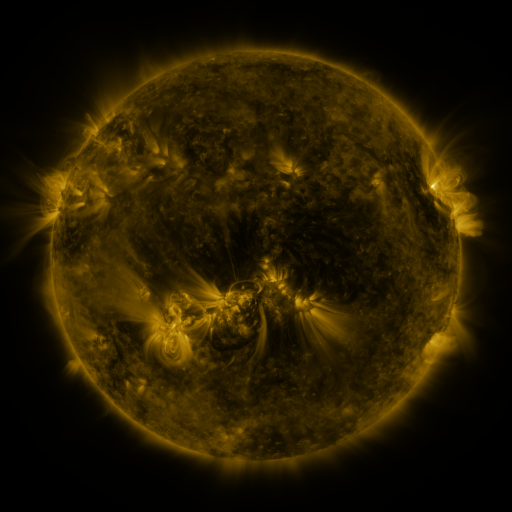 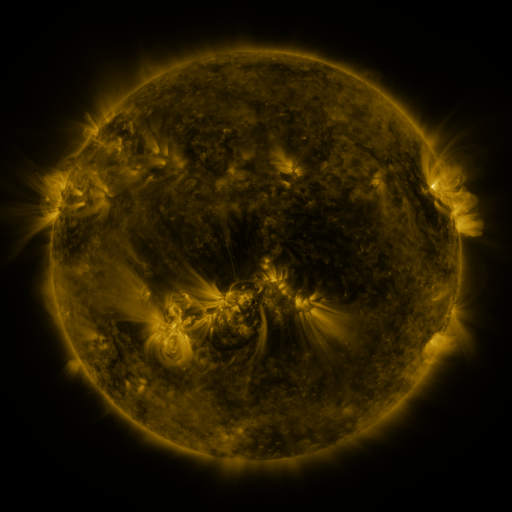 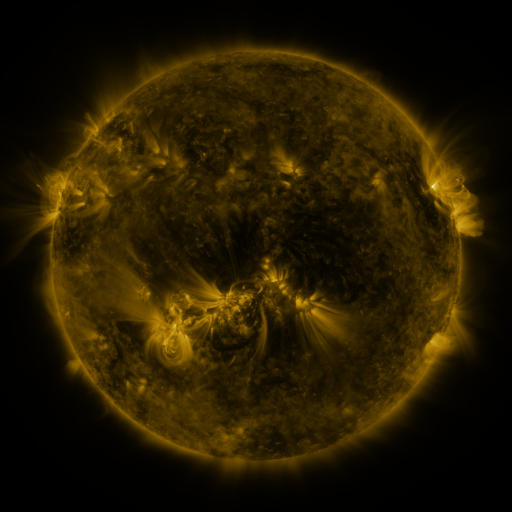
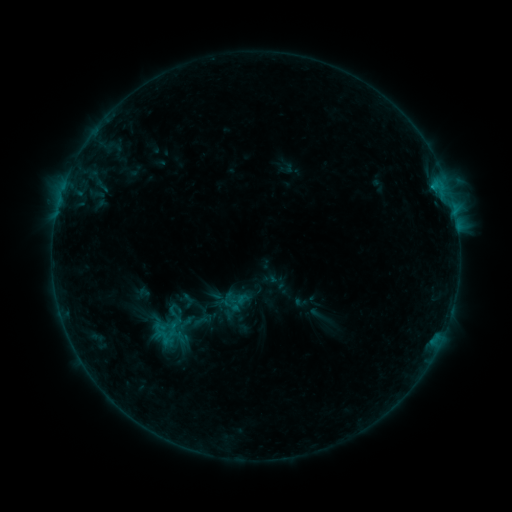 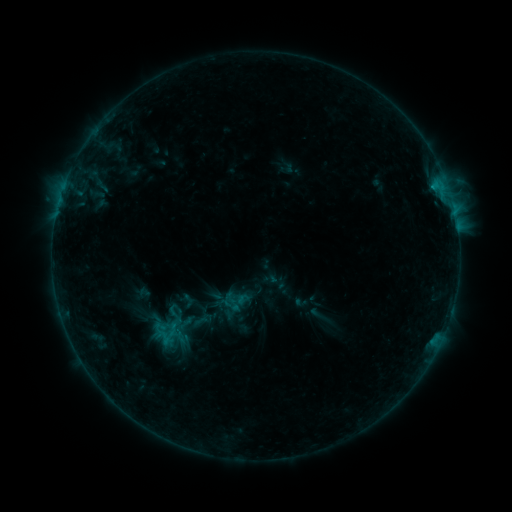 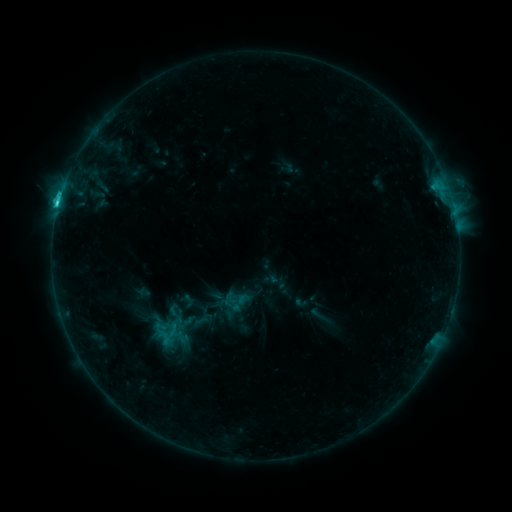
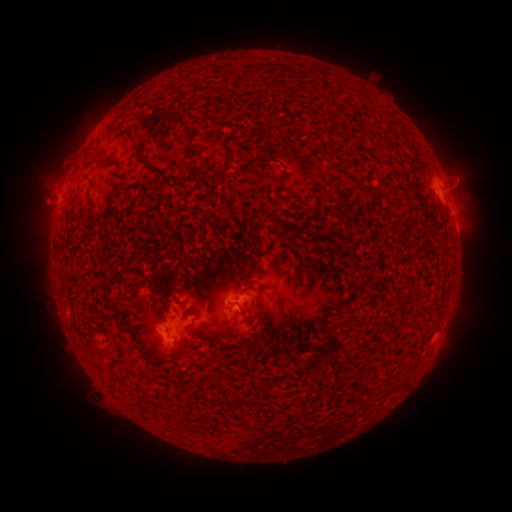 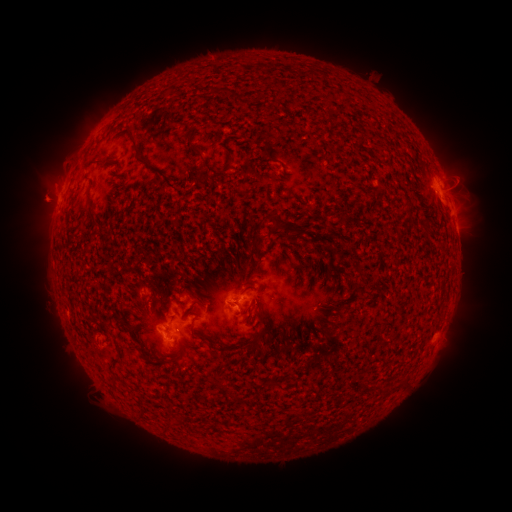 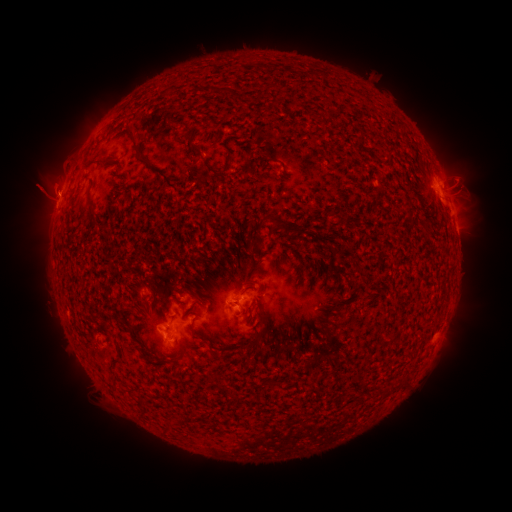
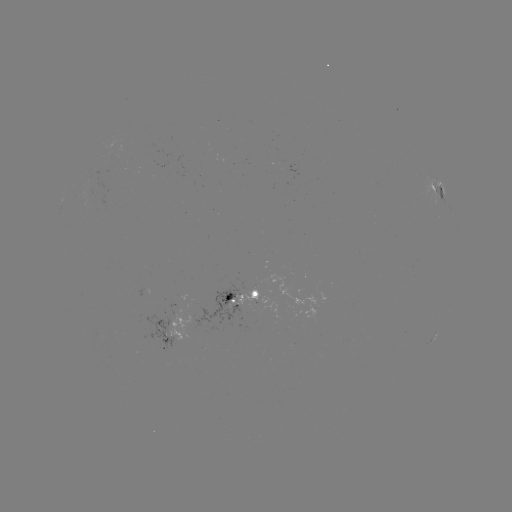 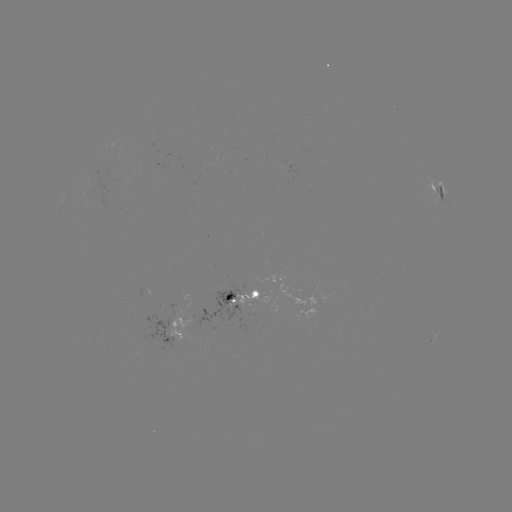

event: flare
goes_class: C2.4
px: (437, 187)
